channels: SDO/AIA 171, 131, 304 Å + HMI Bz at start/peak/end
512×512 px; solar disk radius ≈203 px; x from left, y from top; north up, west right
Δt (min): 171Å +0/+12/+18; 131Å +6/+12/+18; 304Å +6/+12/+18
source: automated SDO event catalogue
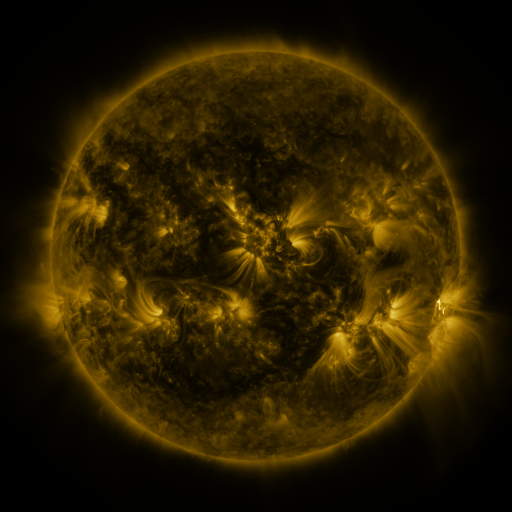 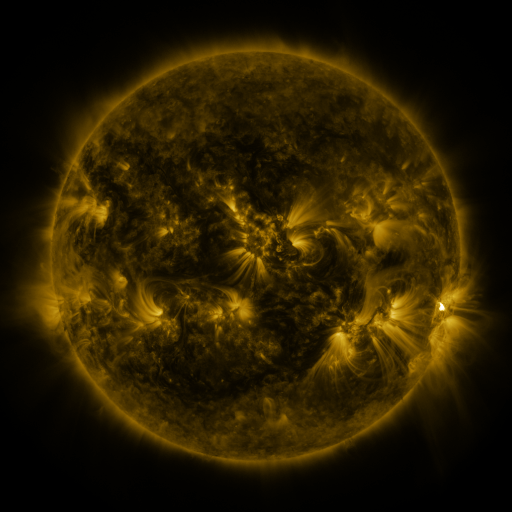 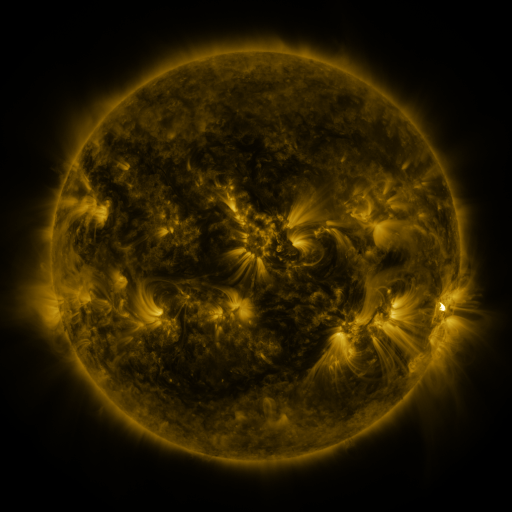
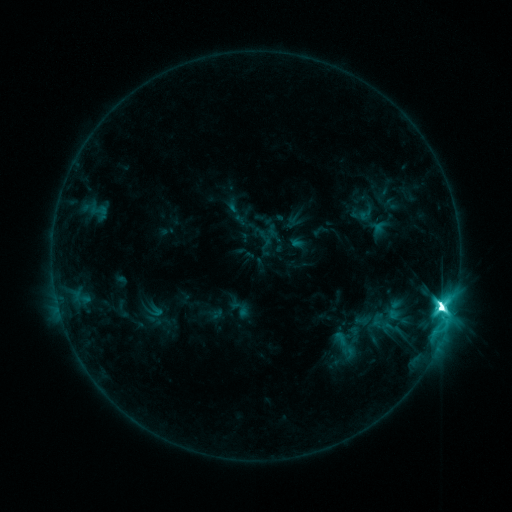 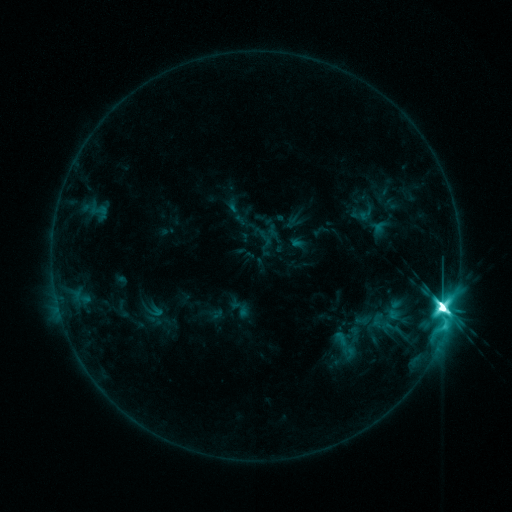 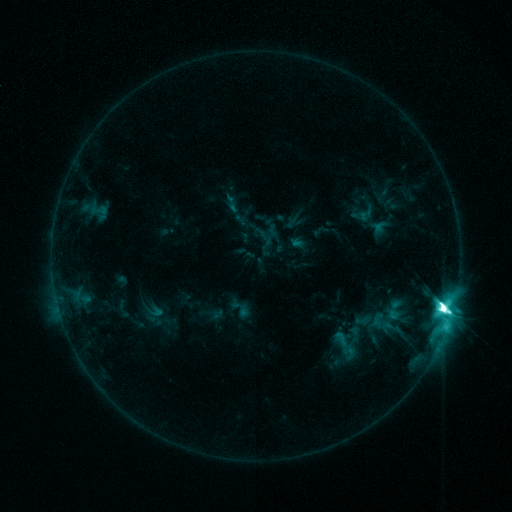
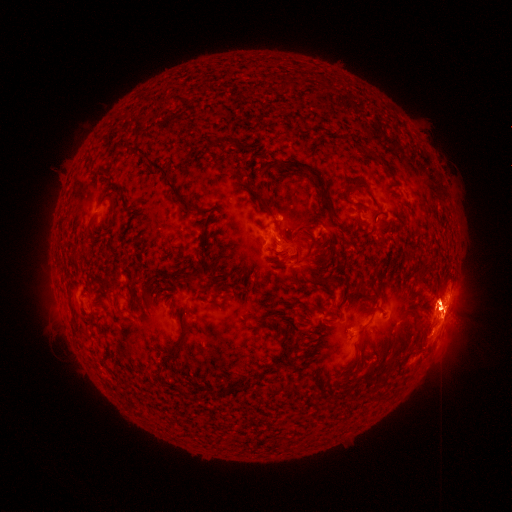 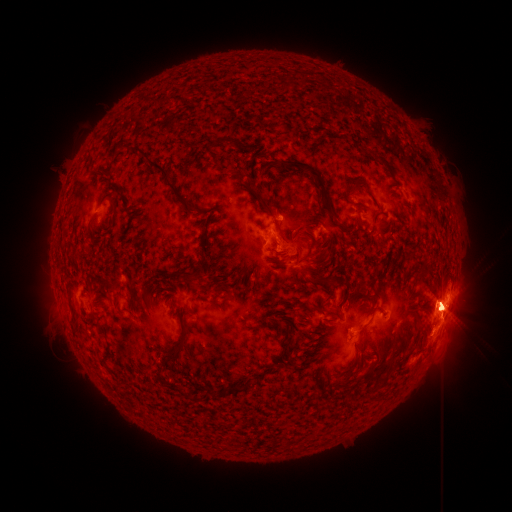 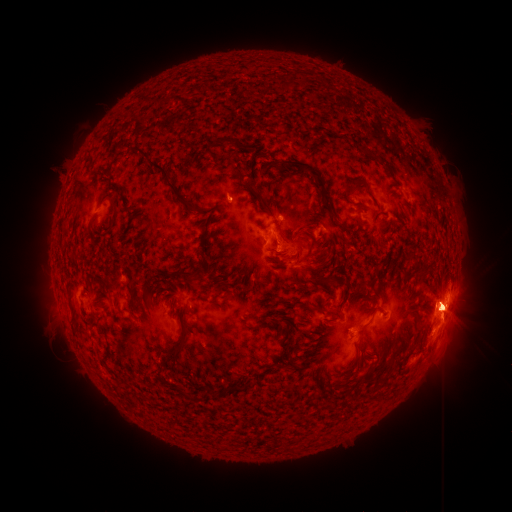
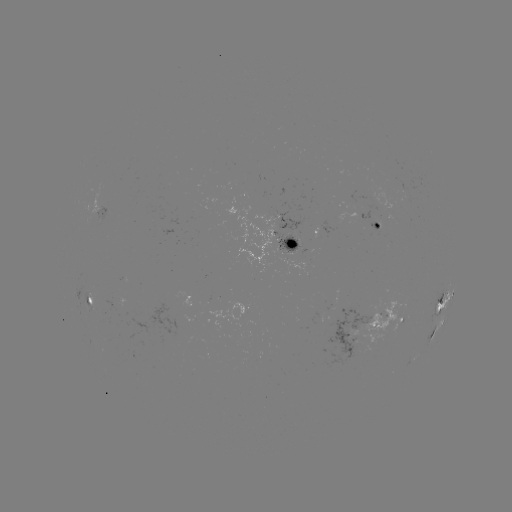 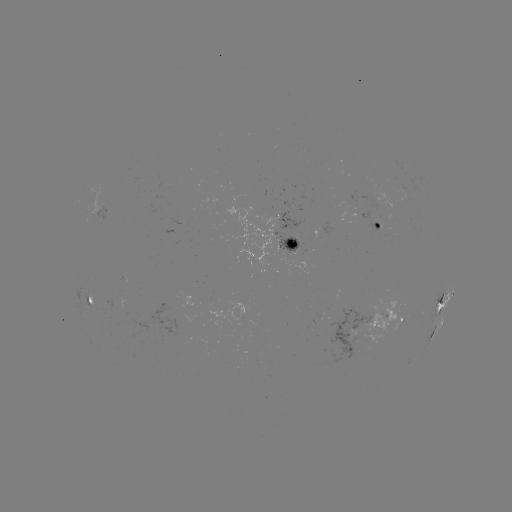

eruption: [312, 283, 395, 379]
